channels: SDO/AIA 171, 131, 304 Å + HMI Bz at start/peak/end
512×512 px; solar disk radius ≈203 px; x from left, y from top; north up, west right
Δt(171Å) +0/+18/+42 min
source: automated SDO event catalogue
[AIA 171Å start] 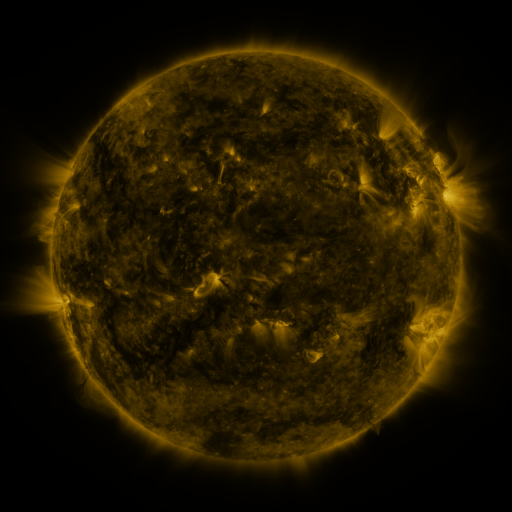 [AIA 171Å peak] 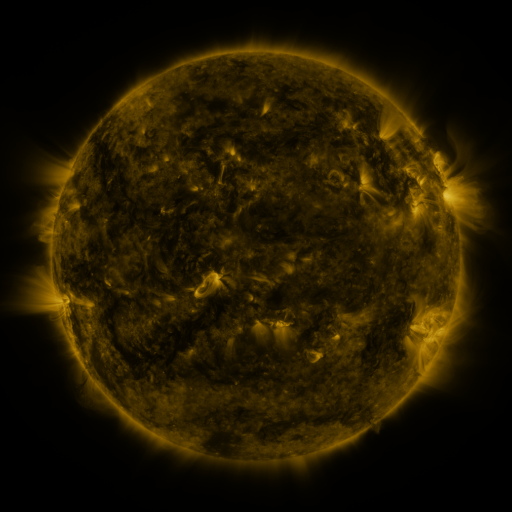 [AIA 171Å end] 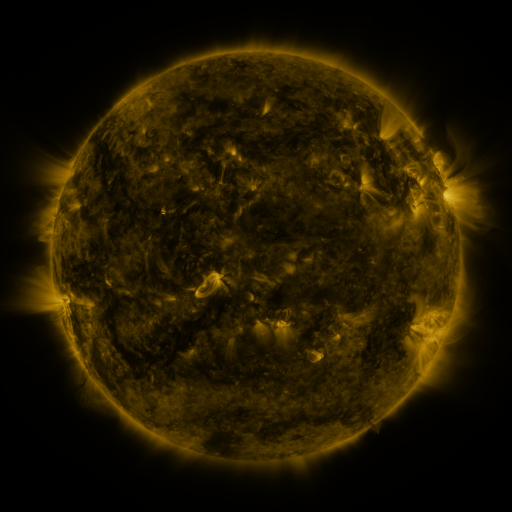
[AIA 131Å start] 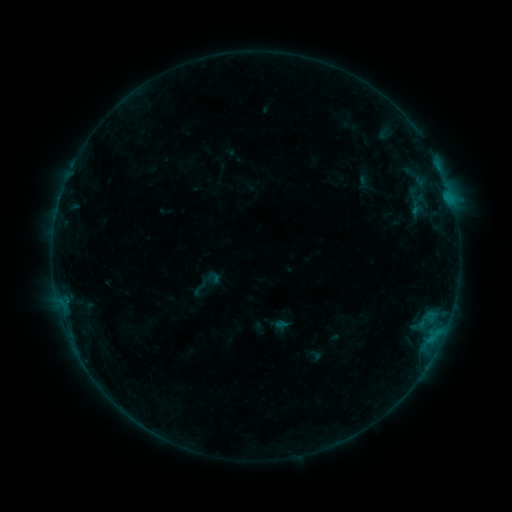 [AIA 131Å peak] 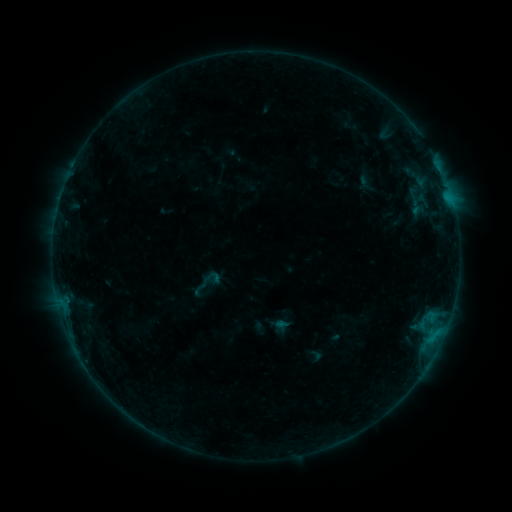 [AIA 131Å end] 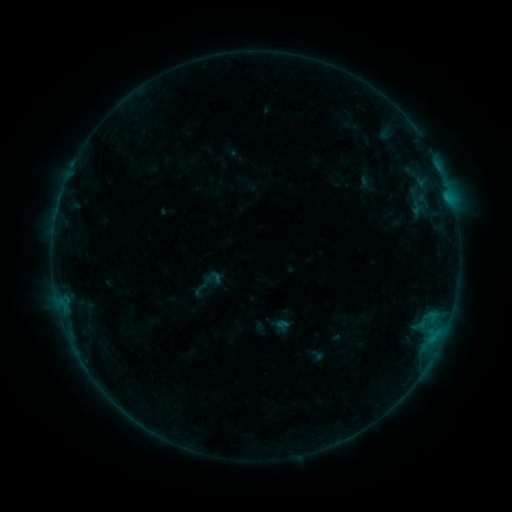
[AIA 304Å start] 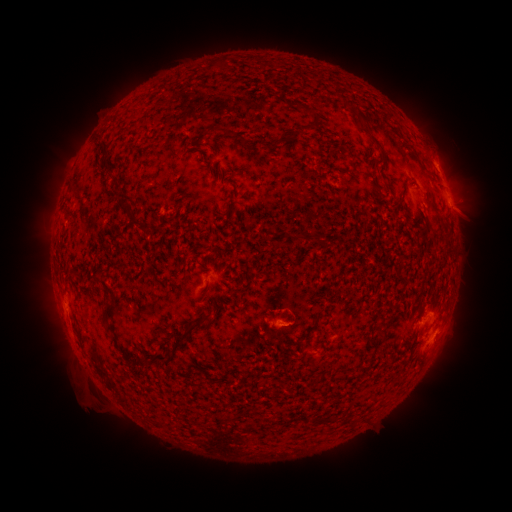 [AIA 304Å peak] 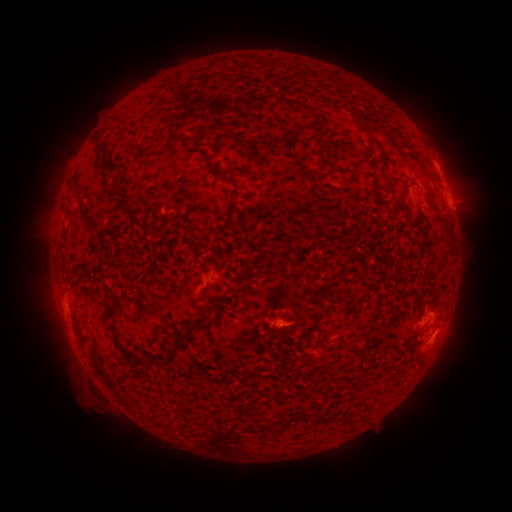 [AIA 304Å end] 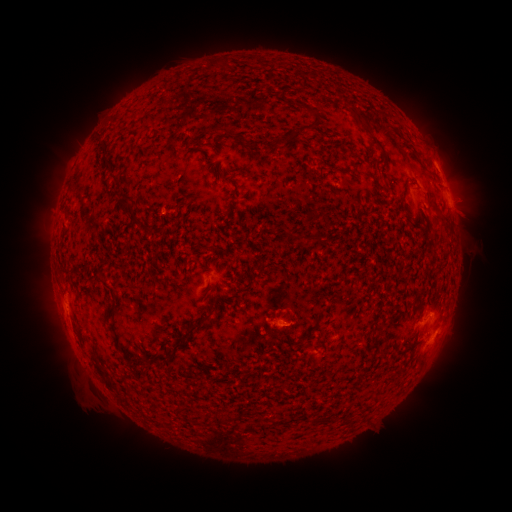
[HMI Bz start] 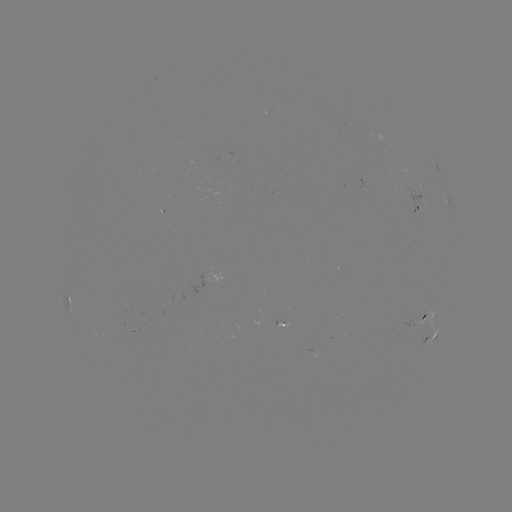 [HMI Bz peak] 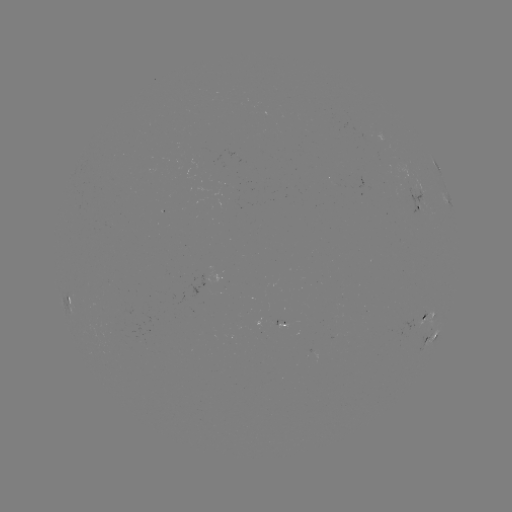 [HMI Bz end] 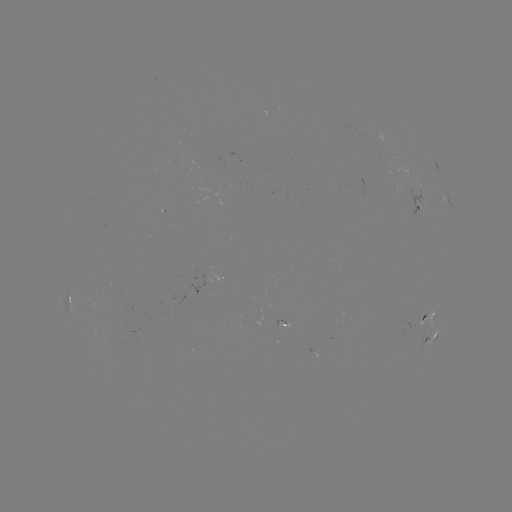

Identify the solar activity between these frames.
no classed flare was catalogued and no EUV brightening was flagged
